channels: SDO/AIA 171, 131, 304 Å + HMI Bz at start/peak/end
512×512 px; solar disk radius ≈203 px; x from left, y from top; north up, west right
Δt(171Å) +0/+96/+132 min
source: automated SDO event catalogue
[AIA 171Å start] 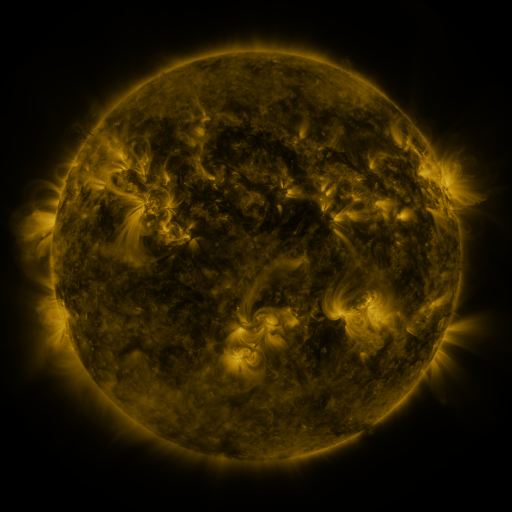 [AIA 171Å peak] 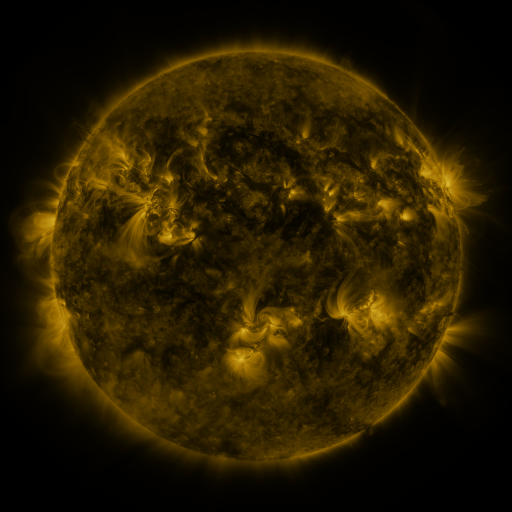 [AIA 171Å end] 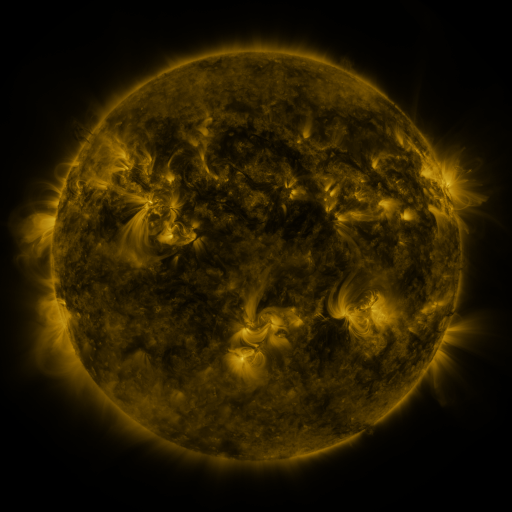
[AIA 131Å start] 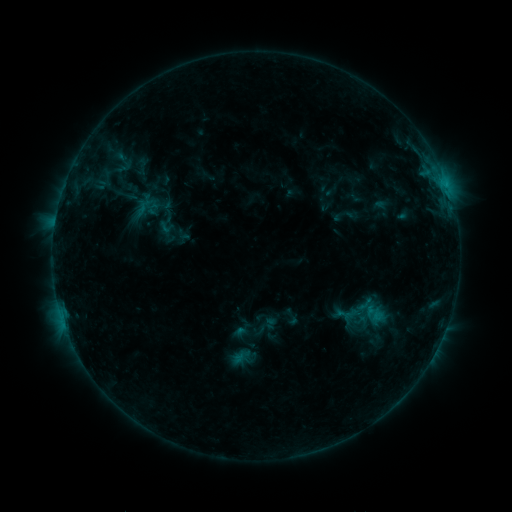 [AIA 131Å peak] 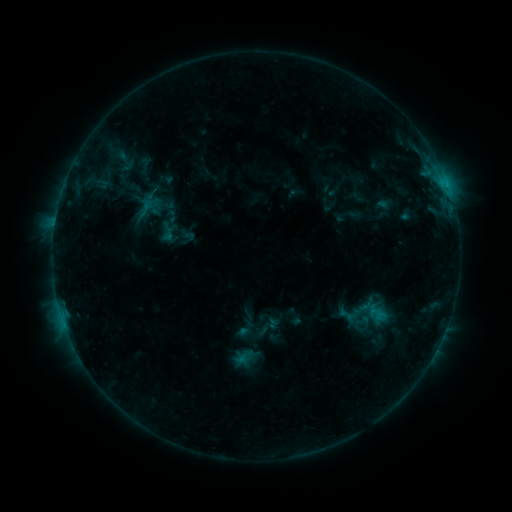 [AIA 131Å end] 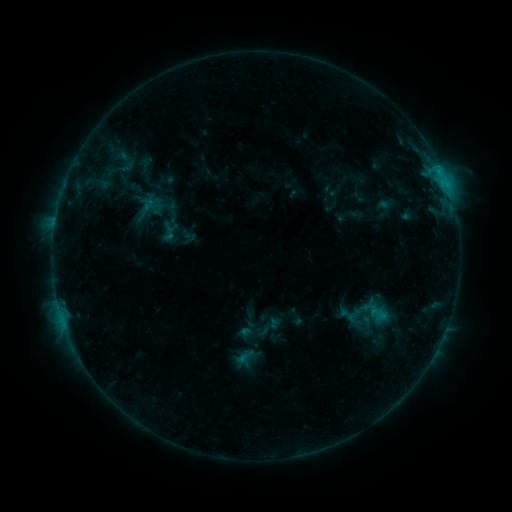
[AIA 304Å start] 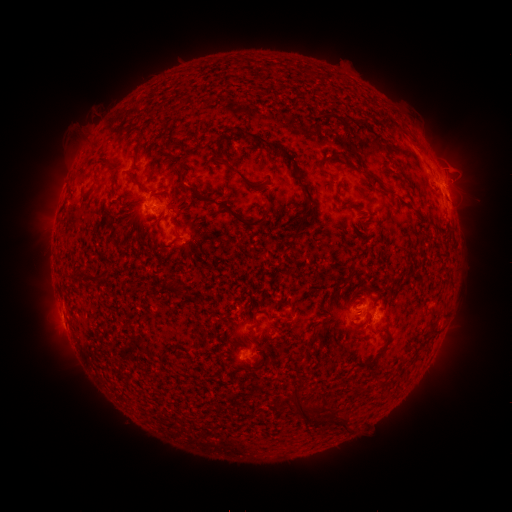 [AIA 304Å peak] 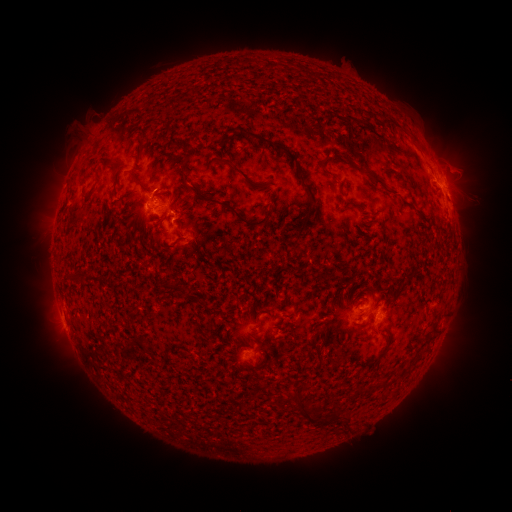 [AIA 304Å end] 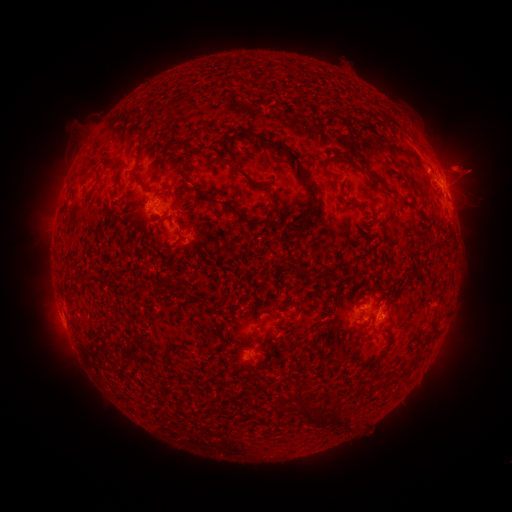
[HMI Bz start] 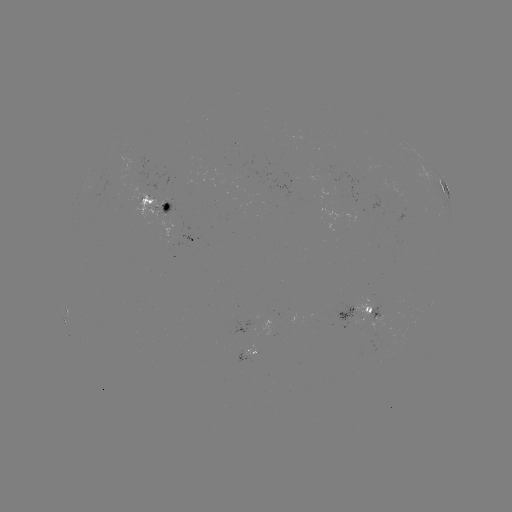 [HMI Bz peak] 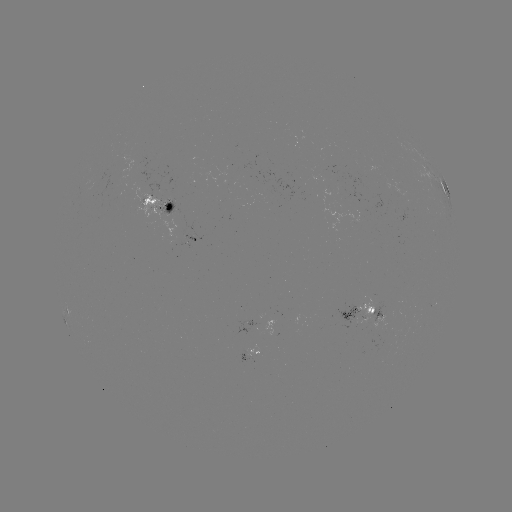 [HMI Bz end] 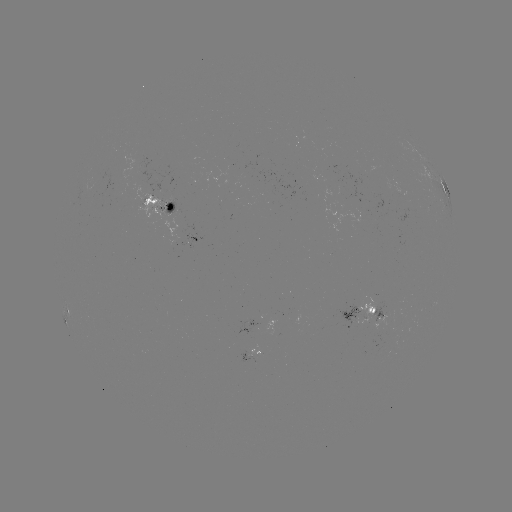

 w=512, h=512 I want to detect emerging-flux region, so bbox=[328, 166, 340, 176].